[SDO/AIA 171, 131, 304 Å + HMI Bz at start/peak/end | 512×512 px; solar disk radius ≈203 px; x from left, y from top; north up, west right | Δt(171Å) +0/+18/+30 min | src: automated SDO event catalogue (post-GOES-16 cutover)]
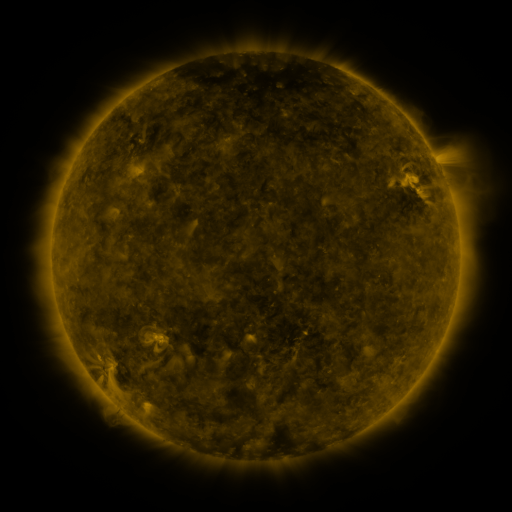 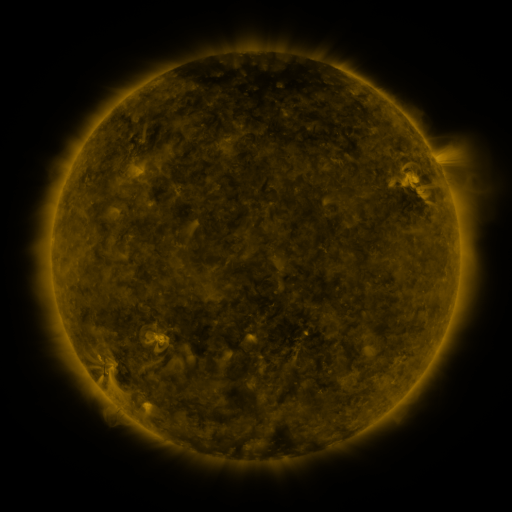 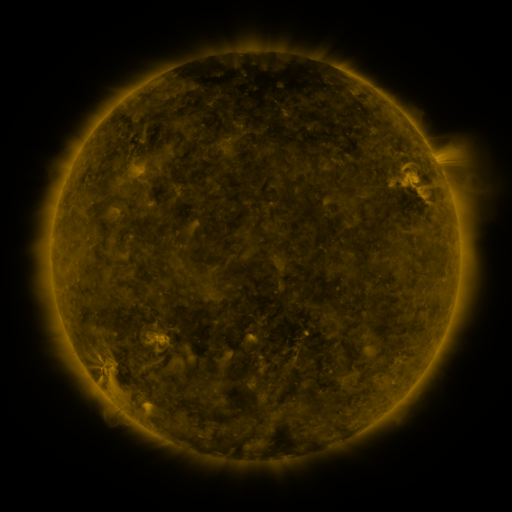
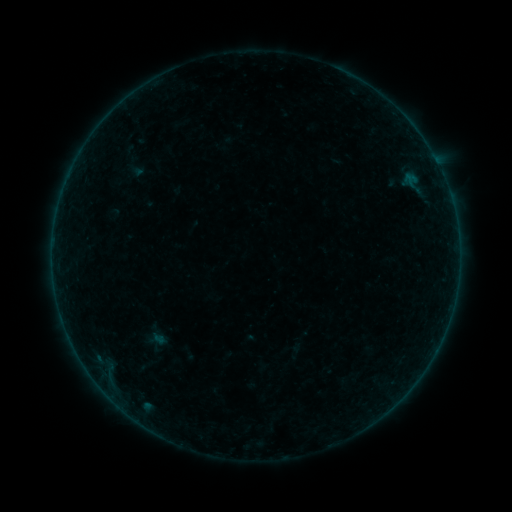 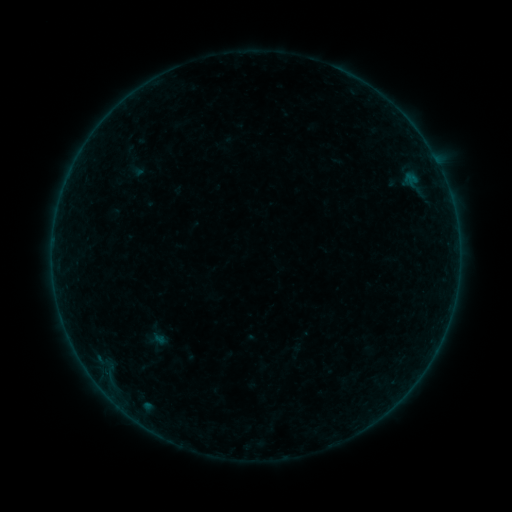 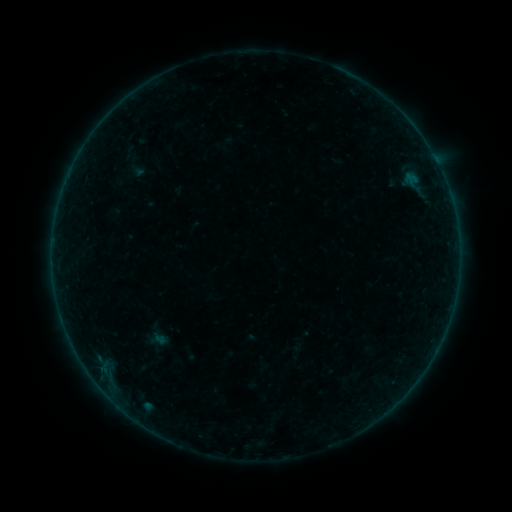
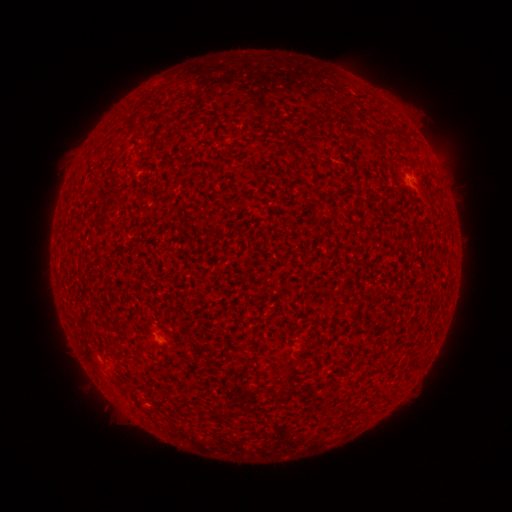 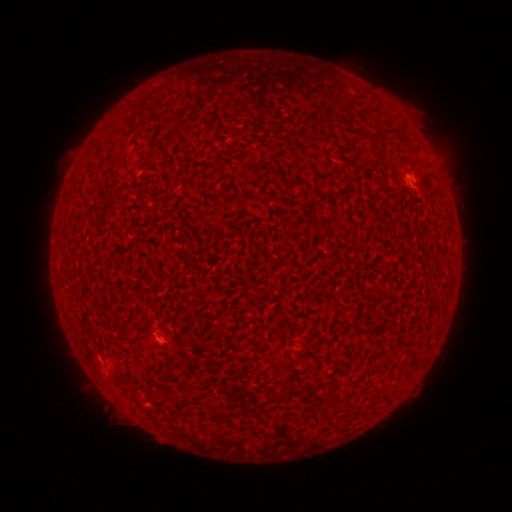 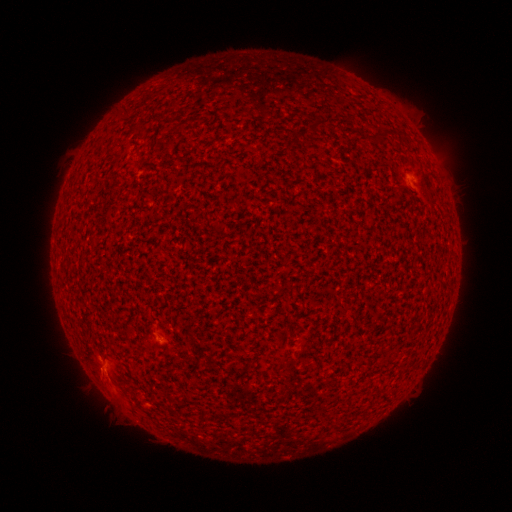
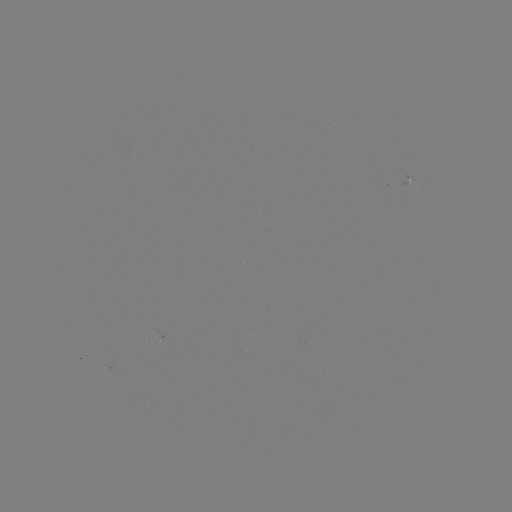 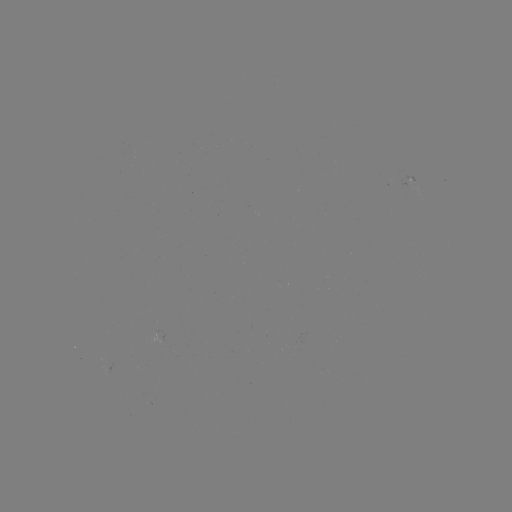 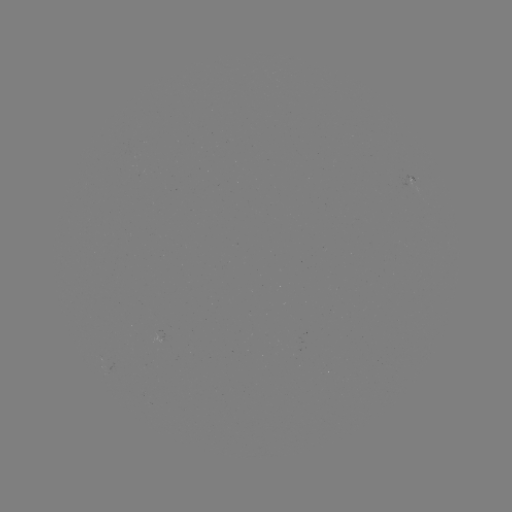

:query A2.6 flare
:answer (161, 338)